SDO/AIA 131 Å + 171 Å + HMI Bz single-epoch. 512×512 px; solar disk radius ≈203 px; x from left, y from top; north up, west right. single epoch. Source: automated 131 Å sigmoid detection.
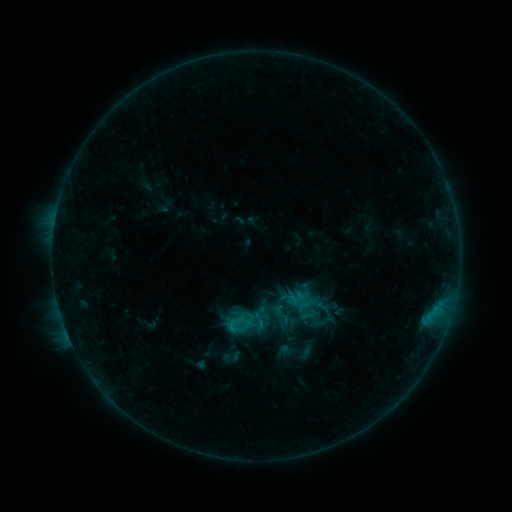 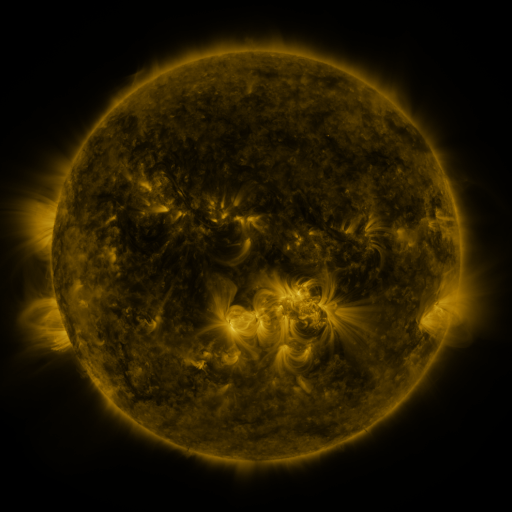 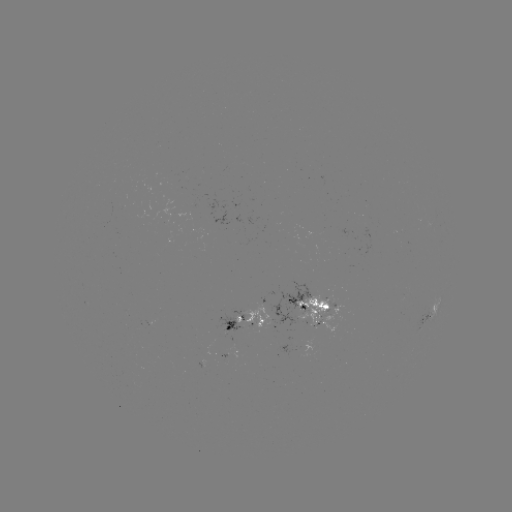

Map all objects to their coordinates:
sigmoid: [299, 305, 318, 324]
sigmoid: [224, 312, 248, 336]
